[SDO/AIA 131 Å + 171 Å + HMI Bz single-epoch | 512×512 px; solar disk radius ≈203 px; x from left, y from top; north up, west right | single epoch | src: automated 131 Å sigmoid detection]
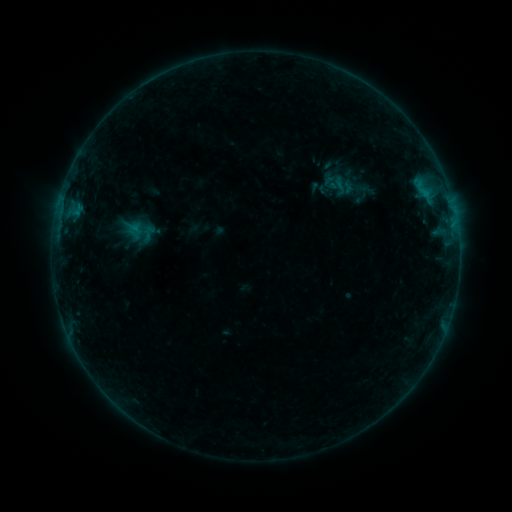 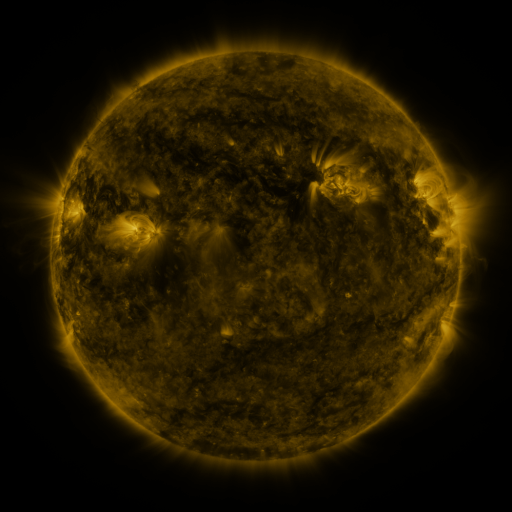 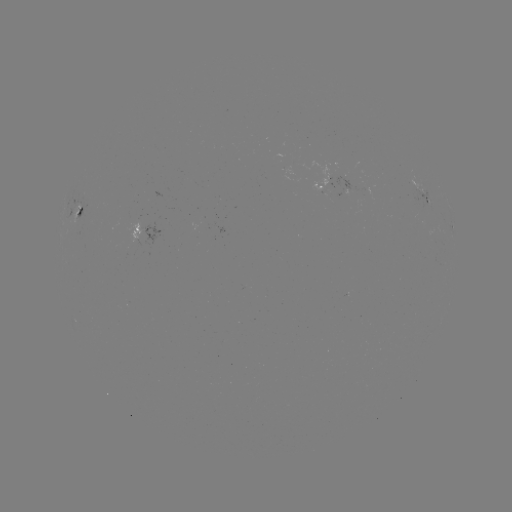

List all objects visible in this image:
sigmoid: (341, 186)
sigmoid: (138, 231)
